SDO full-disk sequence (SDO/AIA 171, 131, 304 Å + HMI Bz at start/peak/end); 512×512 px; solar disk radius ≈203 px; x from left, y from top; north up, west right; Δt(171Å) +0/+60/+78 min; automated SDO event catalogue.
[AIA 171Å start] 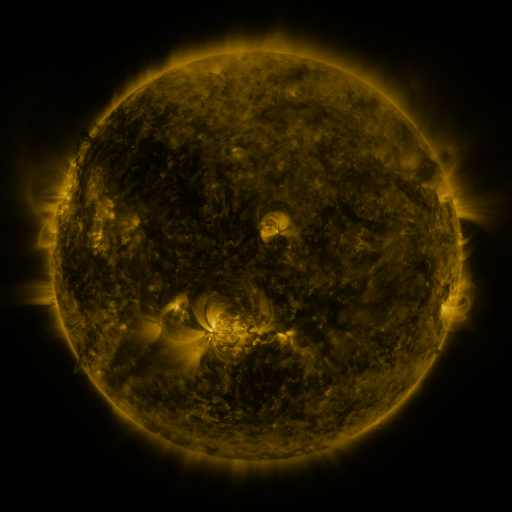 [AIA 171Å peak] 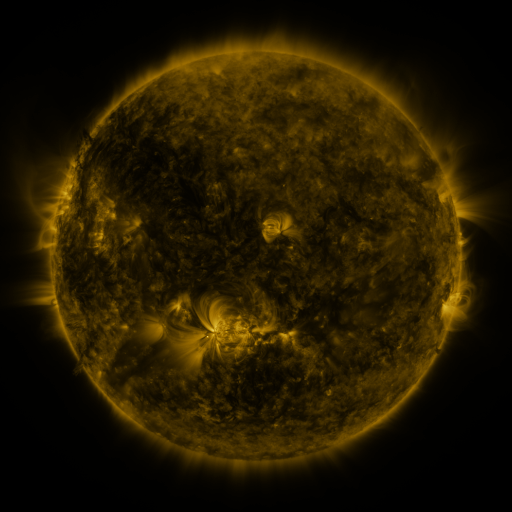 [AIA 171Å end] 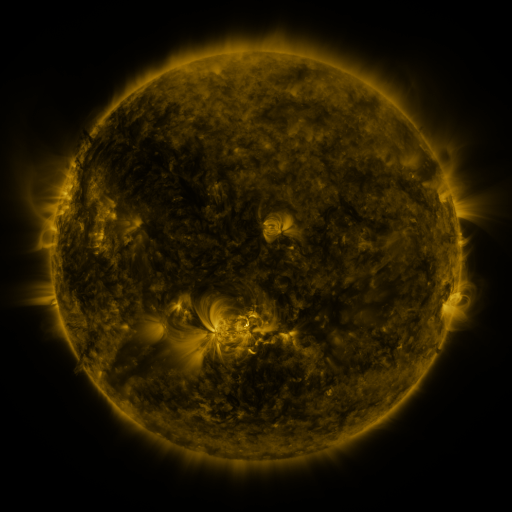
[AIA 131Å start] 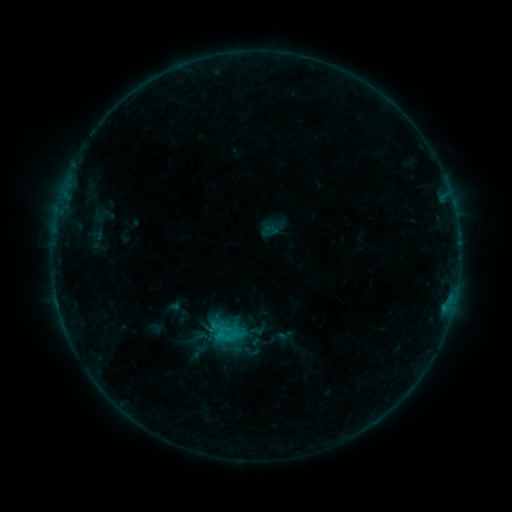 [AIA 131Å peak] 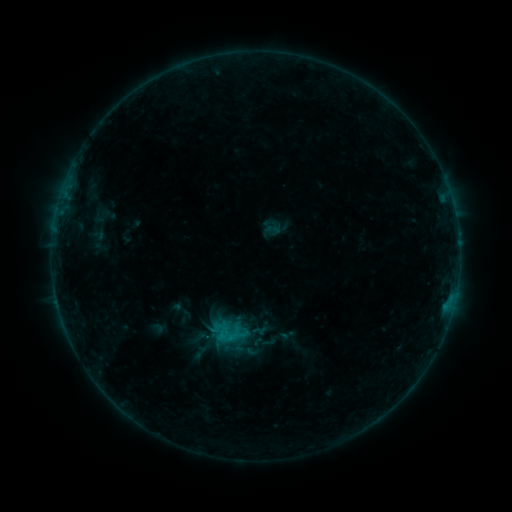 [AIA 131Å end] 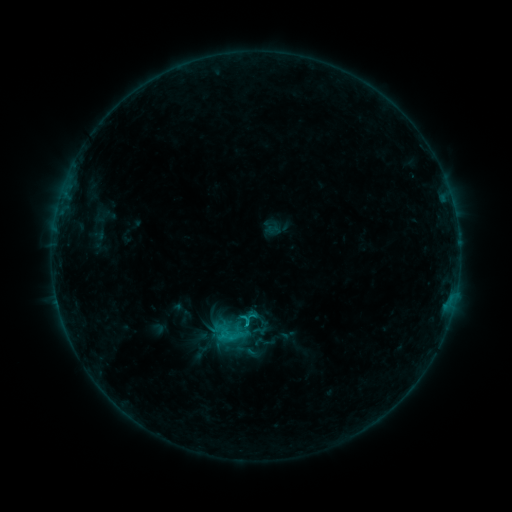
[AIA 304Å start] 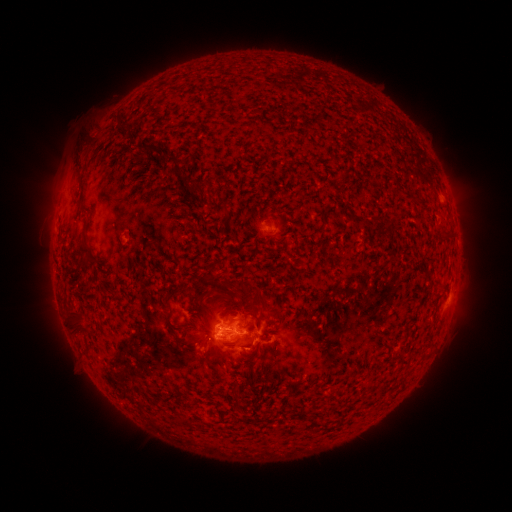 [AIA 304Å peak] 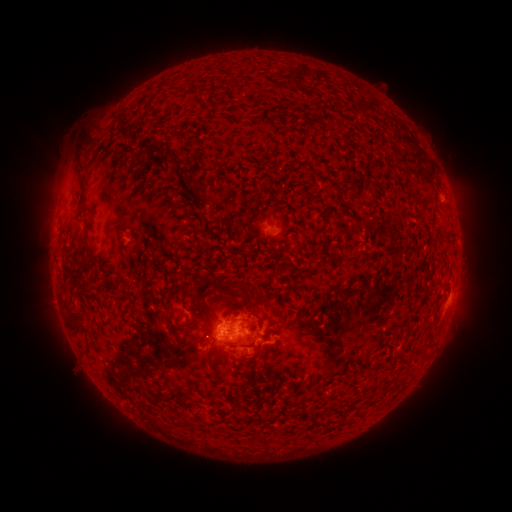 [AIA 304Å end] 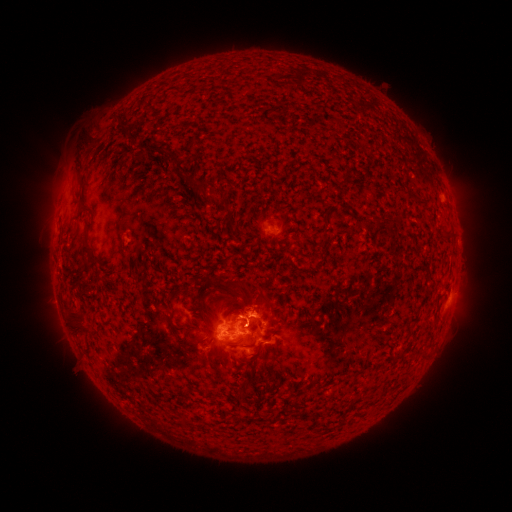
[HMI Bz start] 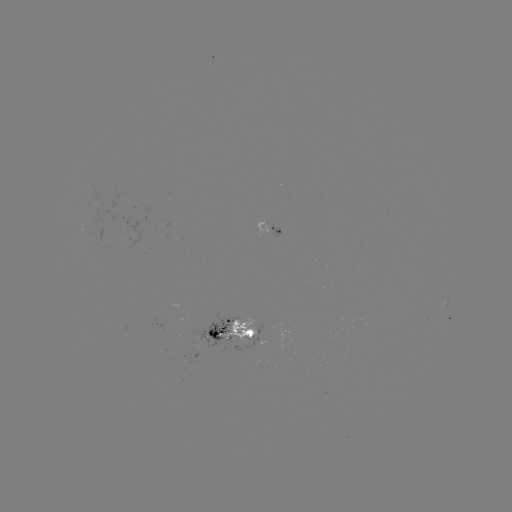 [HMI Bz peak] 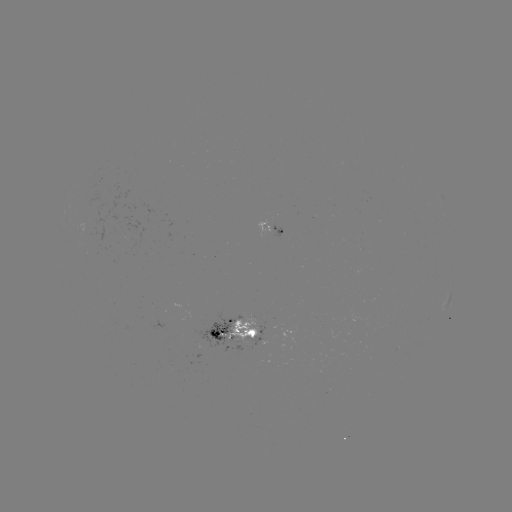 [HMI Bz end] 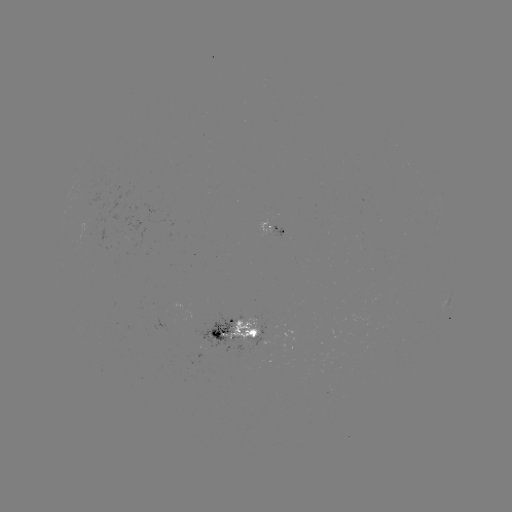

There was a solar emerging-flux region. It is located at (129, 232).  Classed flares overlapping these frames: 1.